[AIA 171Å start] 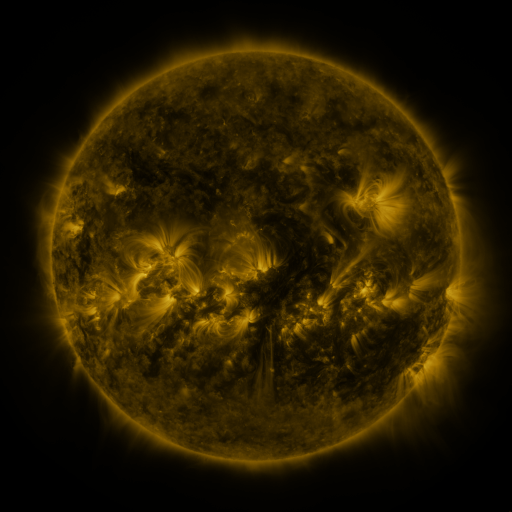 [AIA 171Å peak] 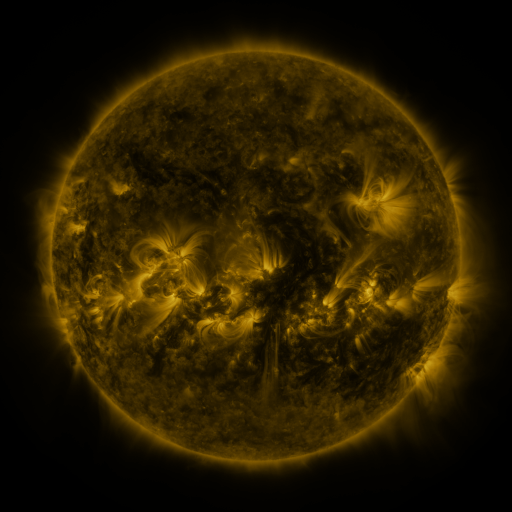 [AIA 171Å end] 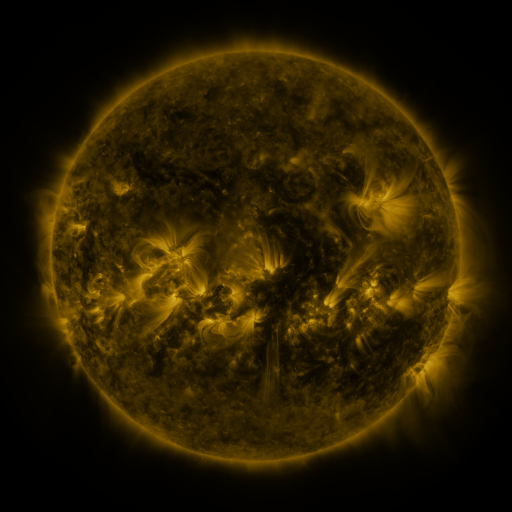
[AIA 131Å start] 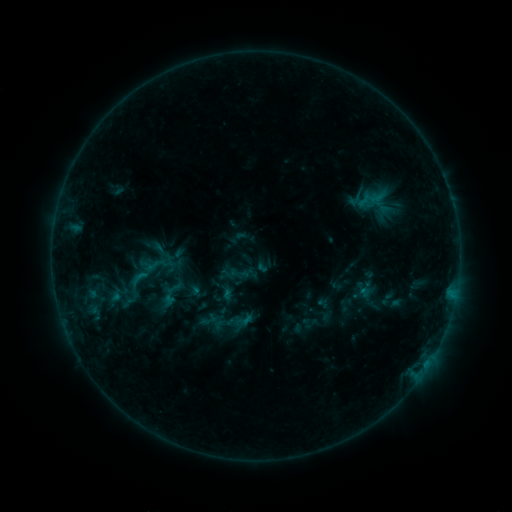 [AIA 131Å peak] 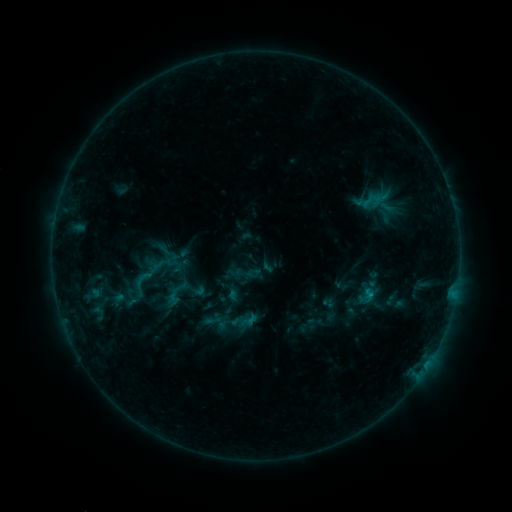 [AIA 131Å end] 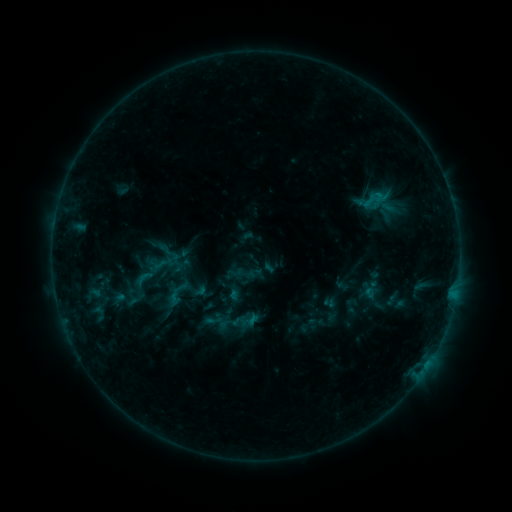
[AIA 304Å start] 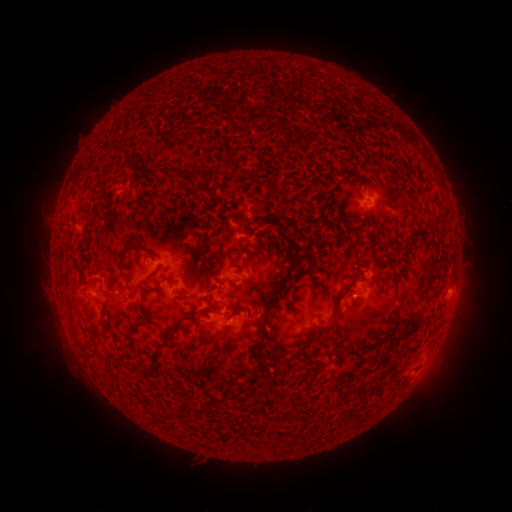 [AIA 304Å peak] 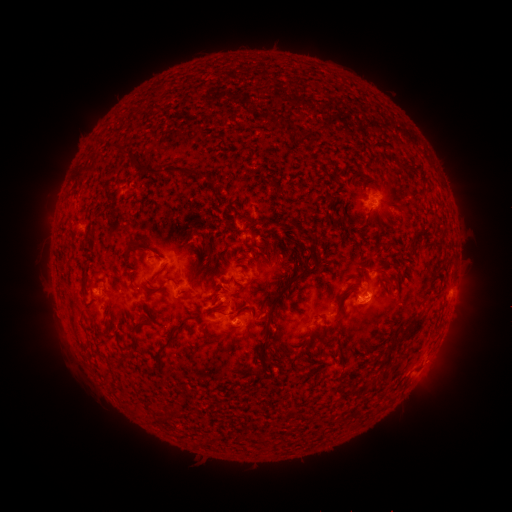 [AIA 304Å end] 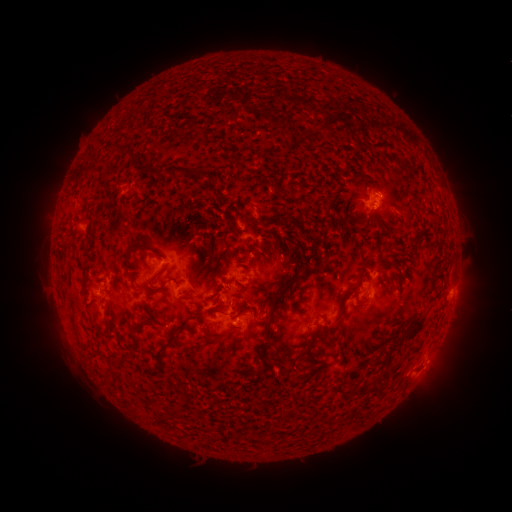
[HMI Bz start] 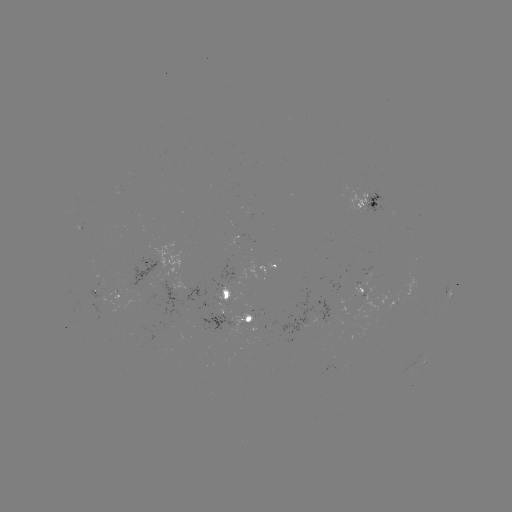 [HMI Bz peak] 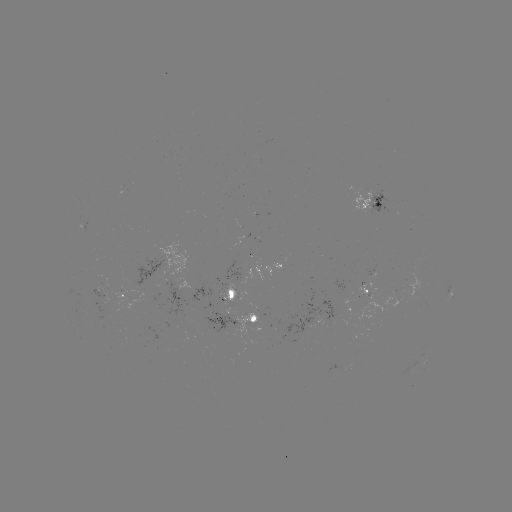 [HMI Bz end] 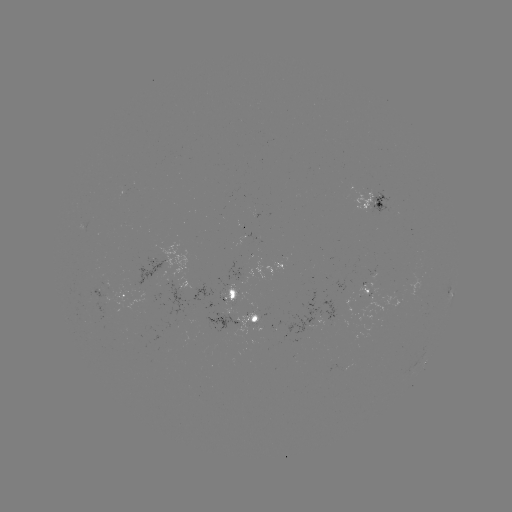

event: emerging-flux region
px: (230, 309)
